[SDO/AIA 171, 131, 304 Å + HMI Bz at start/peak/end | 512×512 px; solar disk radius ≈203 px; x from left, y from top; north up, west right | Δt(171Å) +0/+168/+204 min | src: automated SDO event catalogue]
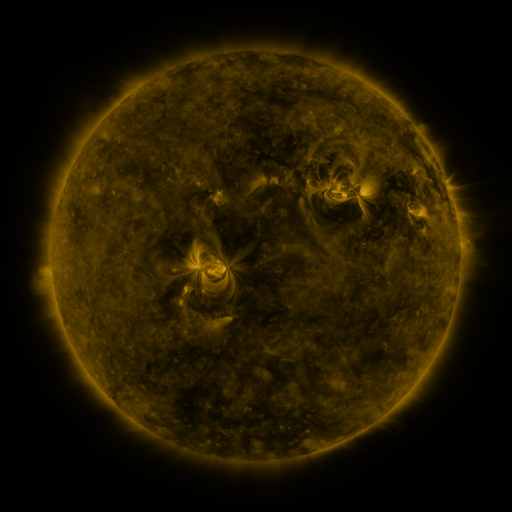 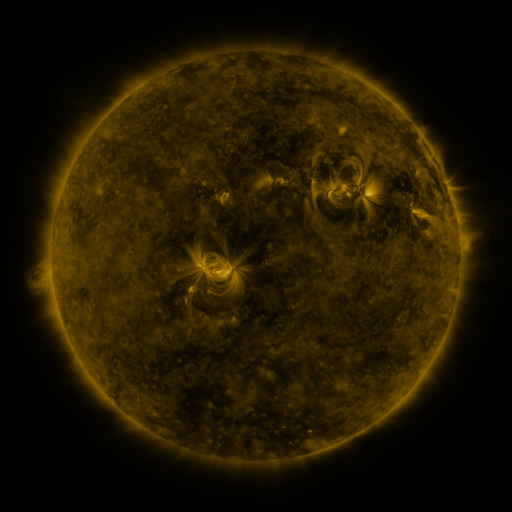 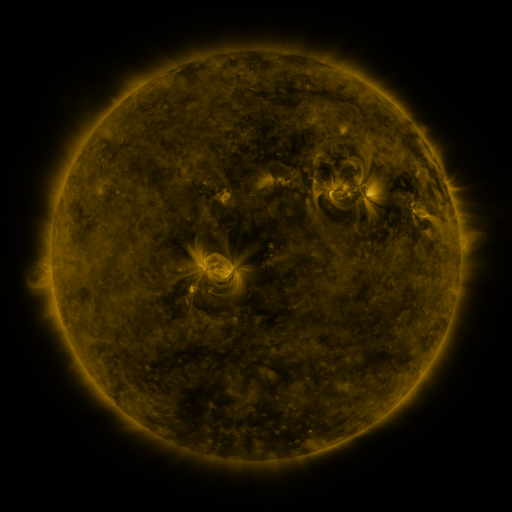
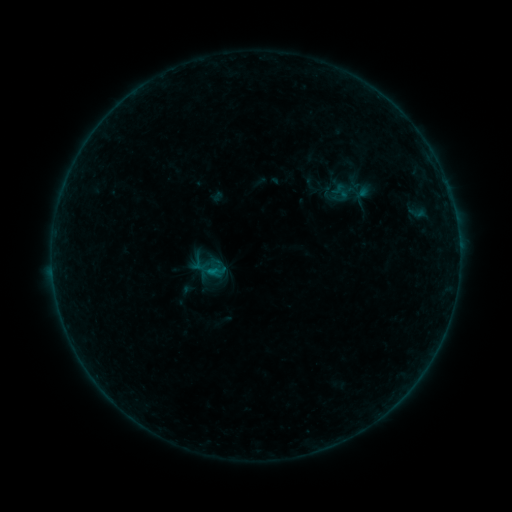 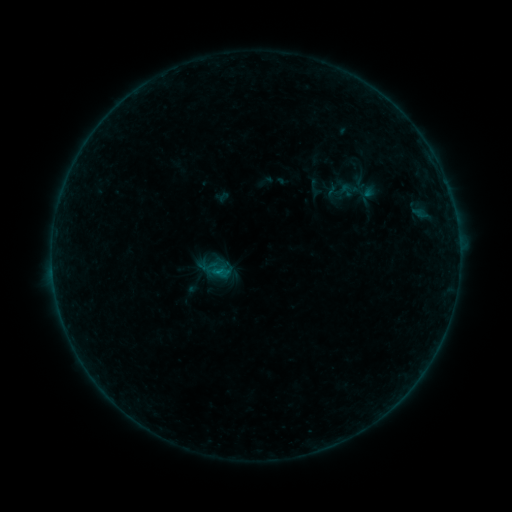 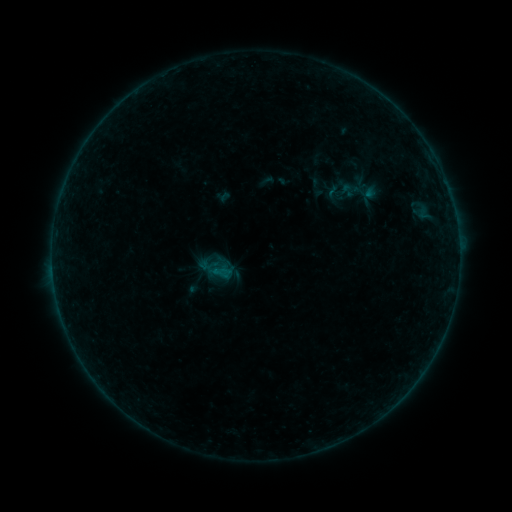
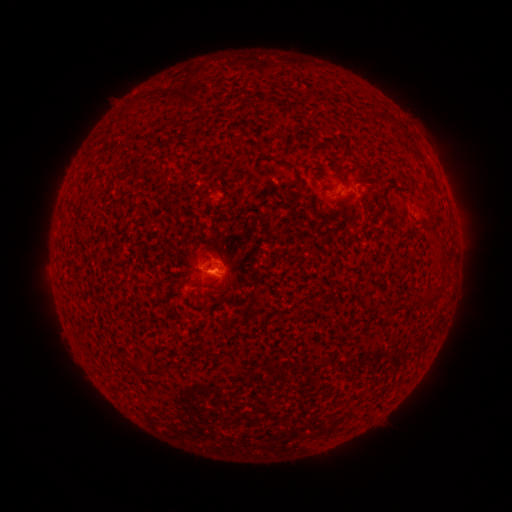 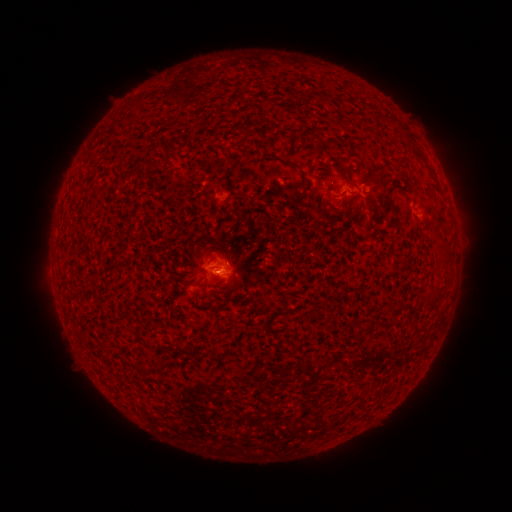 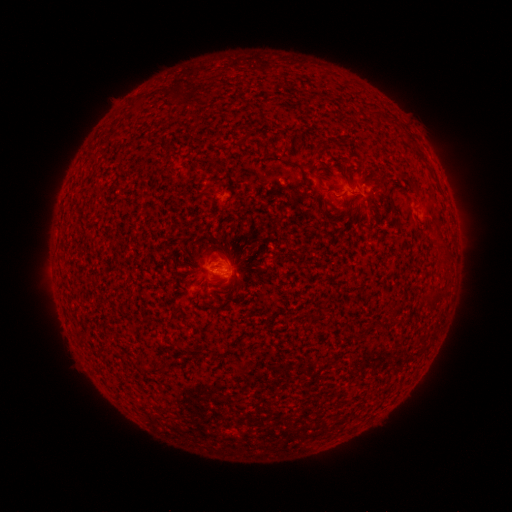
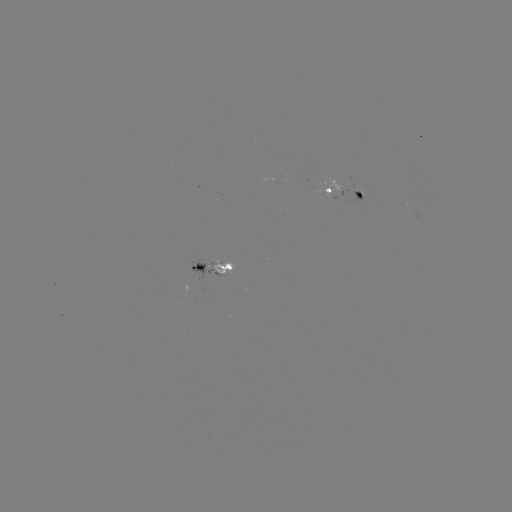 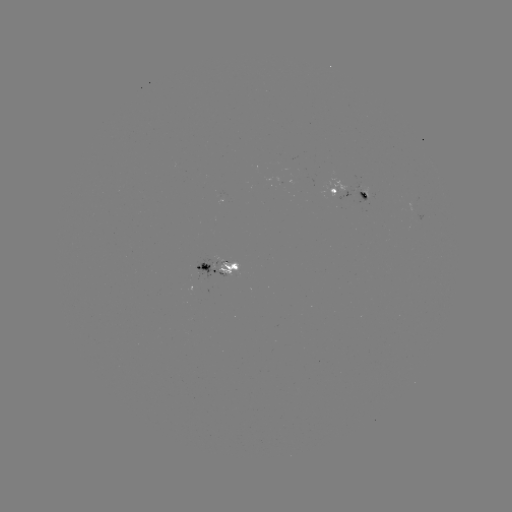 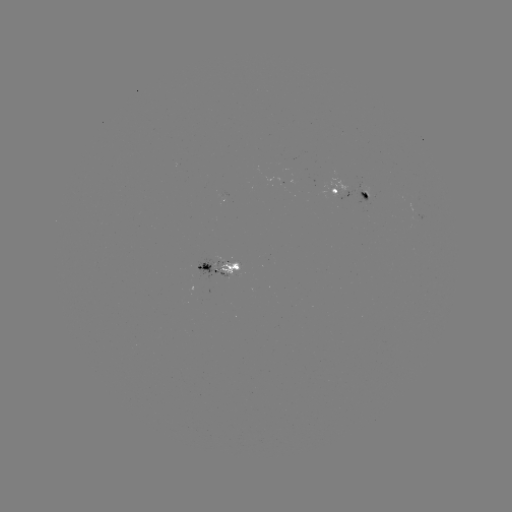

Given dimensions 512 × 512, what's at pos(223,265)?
emerging-flux region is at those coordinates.